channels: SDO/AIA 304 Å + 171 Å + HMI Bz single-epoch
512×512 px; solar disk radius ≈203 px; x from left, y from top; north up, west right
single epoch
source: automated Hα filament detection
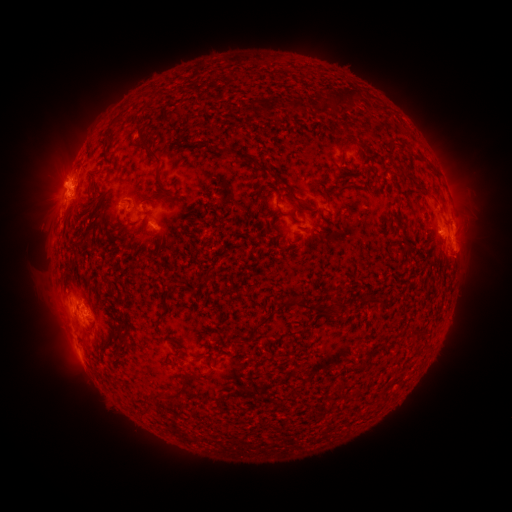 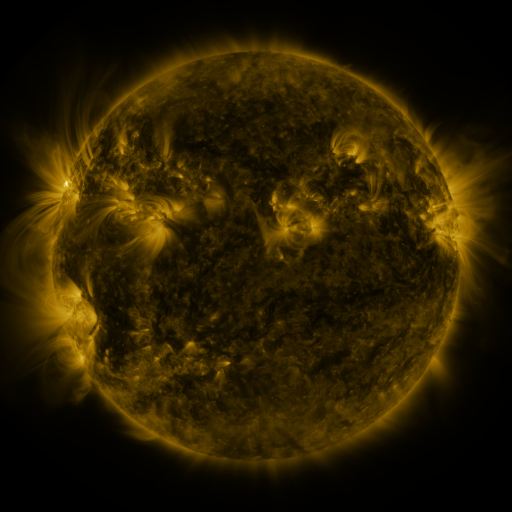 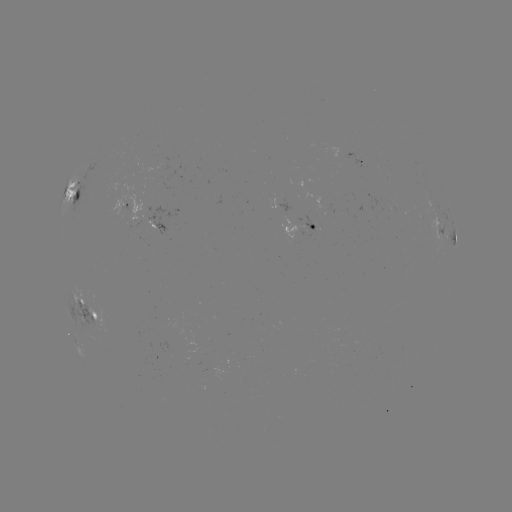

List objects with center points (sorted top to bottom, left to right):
filament: (341, 96)
filament: (265, 107)
filament: (296, 107)
filament: (171, 117)
filament: (182, 141)
filament: (143, 145)
filament: (242, 157)
filament: (415, 184)
filament: (261, 188)
filament: (288, 191)
filament: (164, 193)
filament: (434, 198)
filament: (97, 201)
filament: (320, 214)
filament: (292, 216)
filament: (121, 226)
filament: (79, 243)
filament: (207, 276)
filament: (165, 297)
filament: (376, 300)
filament: (300, 304)
filament: (259, 326)
filament: (415, 332)
filament: (179, 344)
filament: (199, 358)
filament: (341, 385)
filament: (182, 389)
filament: (149, 398)
